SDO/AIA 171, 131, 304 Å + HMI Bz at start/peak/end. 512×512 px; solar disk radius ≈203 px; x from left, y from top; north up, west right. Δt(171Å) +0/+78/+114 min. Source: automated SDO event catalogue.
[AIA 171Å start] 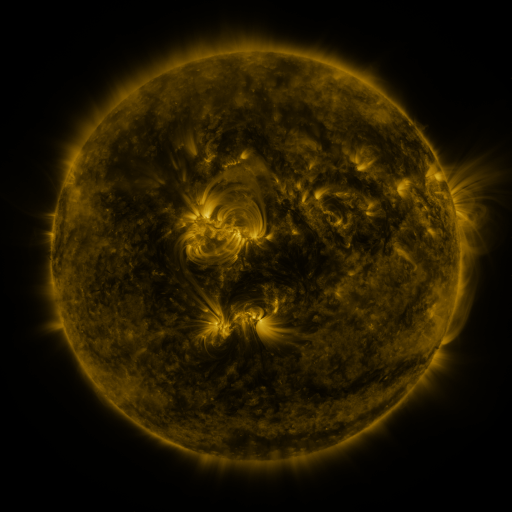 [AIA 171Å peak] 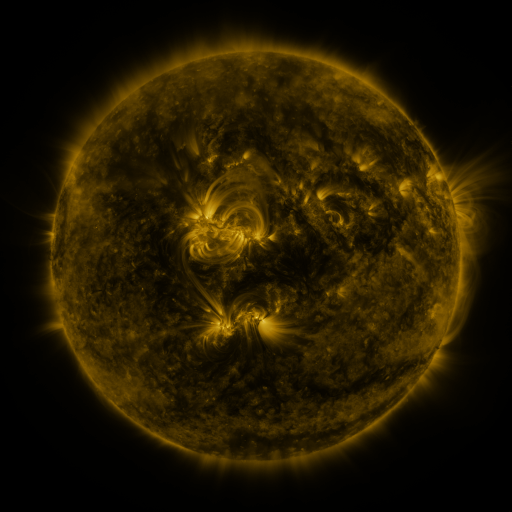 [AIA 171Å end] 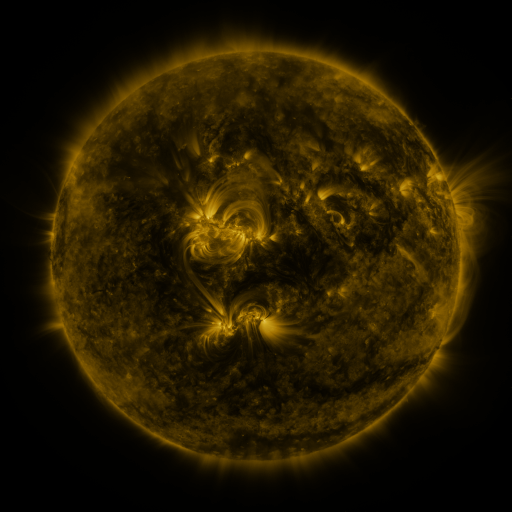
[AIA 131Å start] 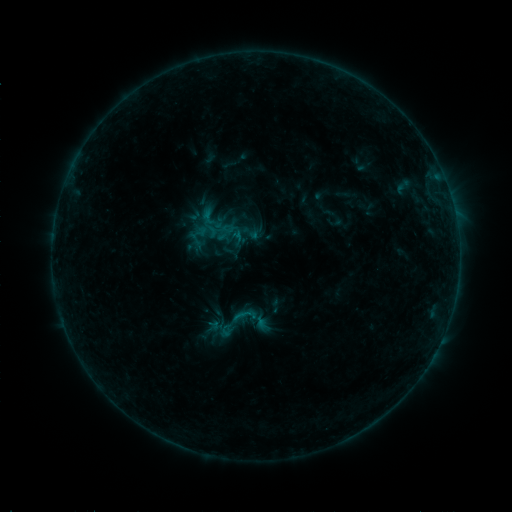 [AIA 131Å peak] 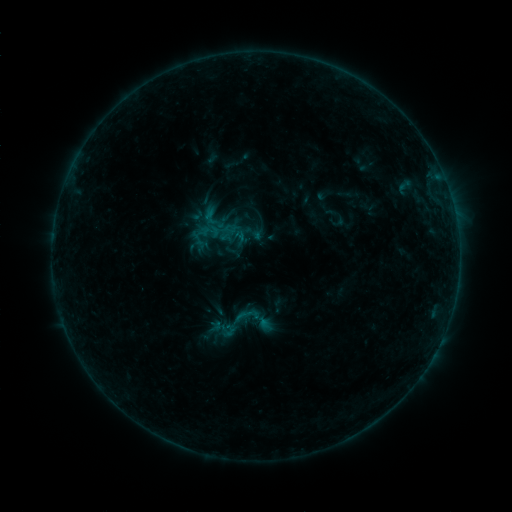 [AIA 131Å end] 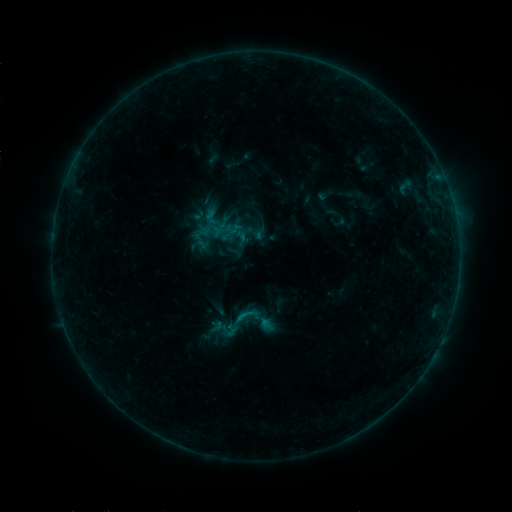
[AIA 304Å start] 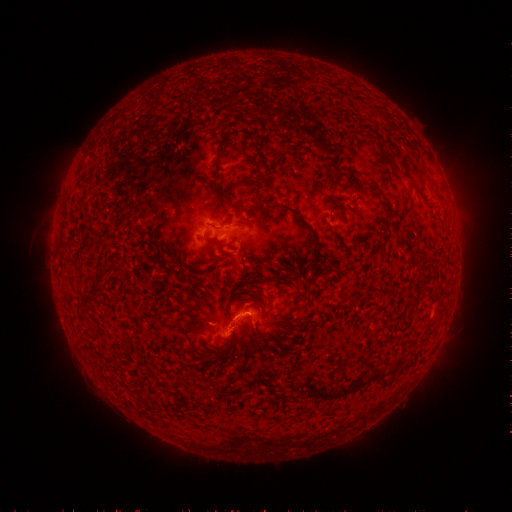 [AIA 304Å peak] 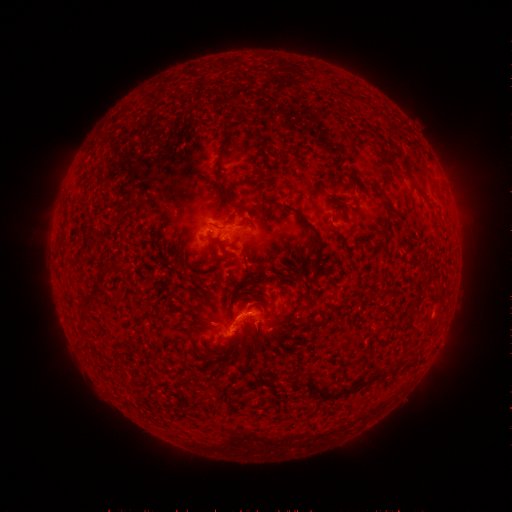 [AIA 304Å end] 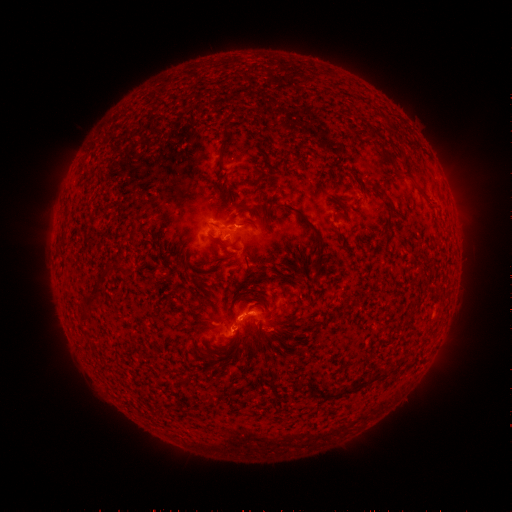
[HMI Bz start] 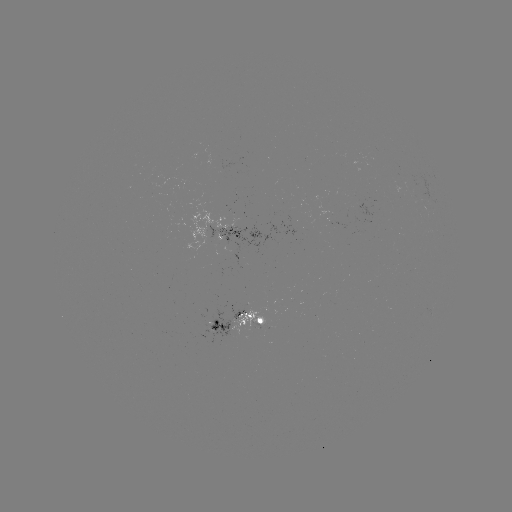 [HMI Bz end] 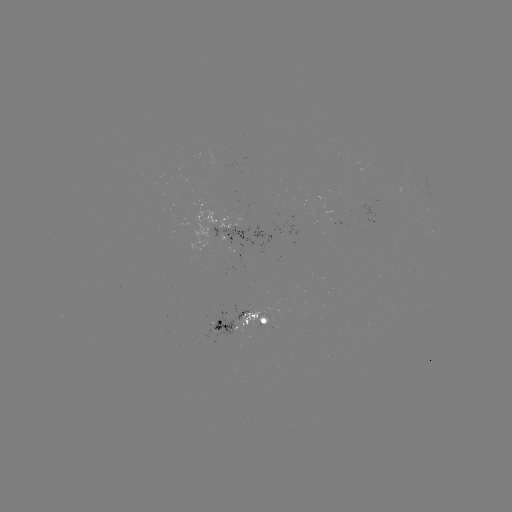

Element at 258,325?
emerging-flux region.